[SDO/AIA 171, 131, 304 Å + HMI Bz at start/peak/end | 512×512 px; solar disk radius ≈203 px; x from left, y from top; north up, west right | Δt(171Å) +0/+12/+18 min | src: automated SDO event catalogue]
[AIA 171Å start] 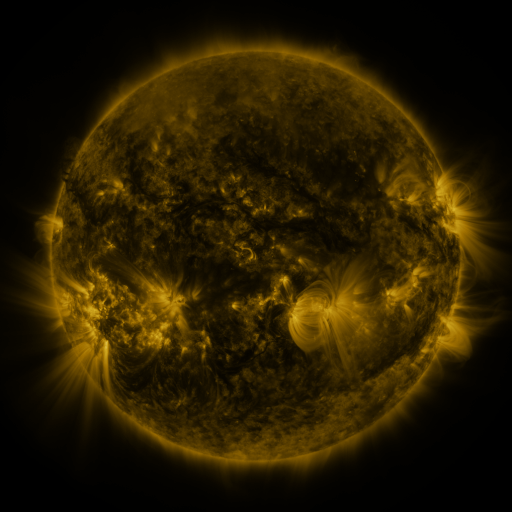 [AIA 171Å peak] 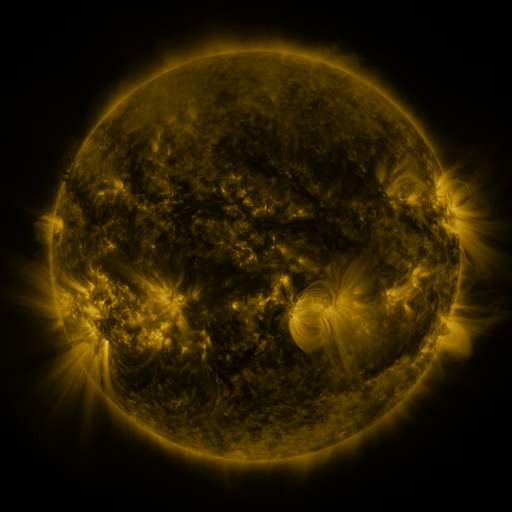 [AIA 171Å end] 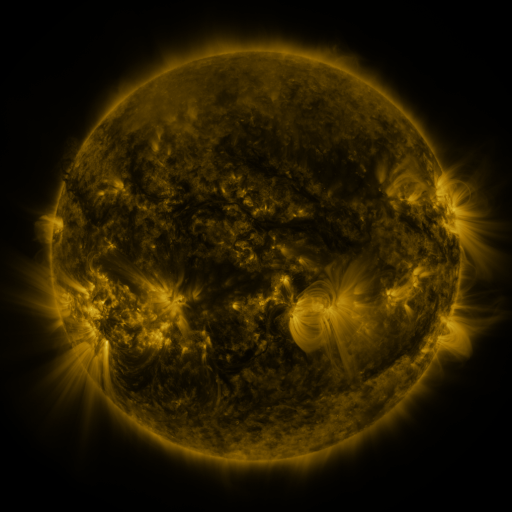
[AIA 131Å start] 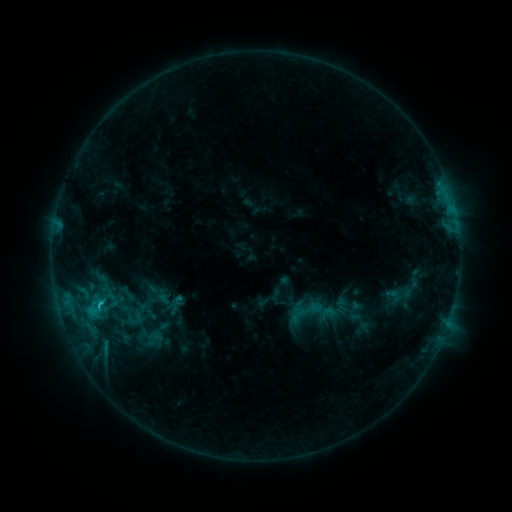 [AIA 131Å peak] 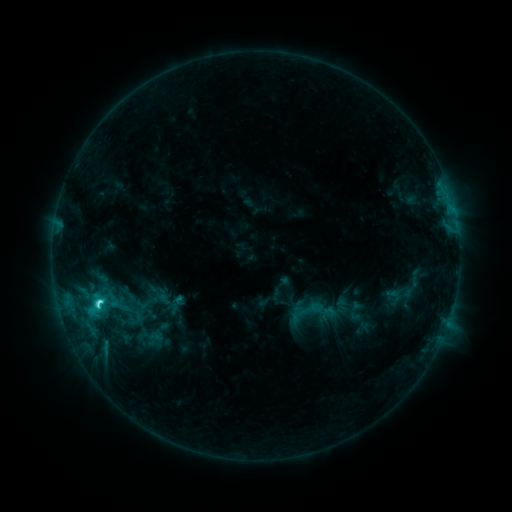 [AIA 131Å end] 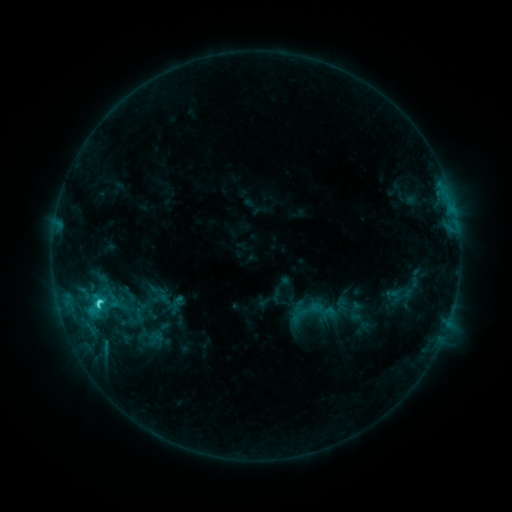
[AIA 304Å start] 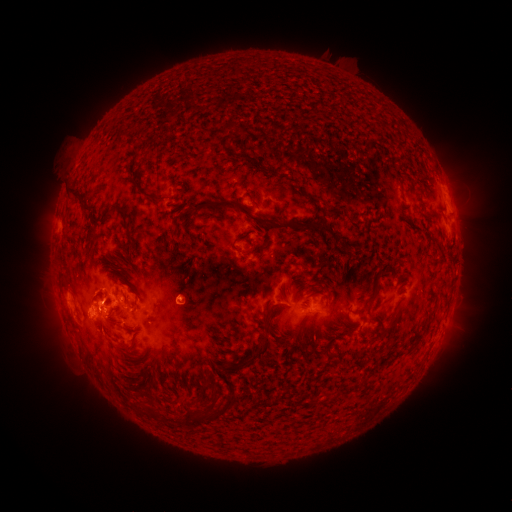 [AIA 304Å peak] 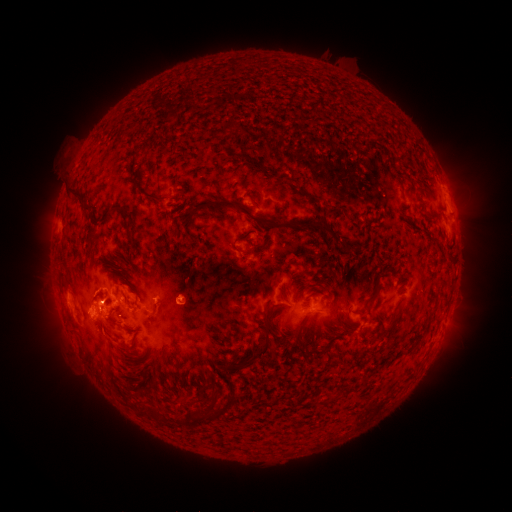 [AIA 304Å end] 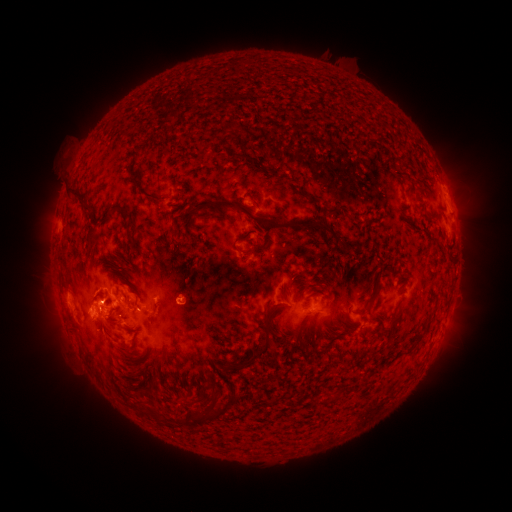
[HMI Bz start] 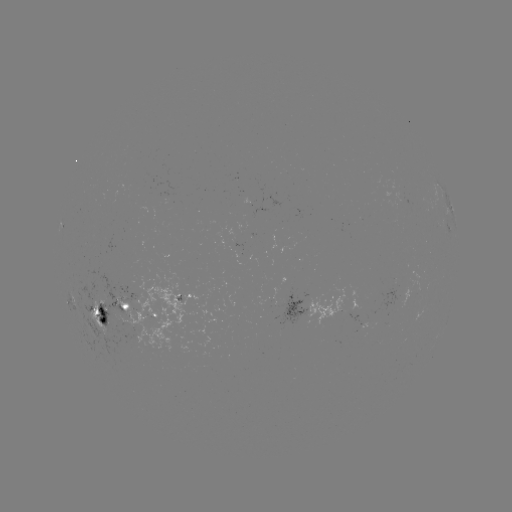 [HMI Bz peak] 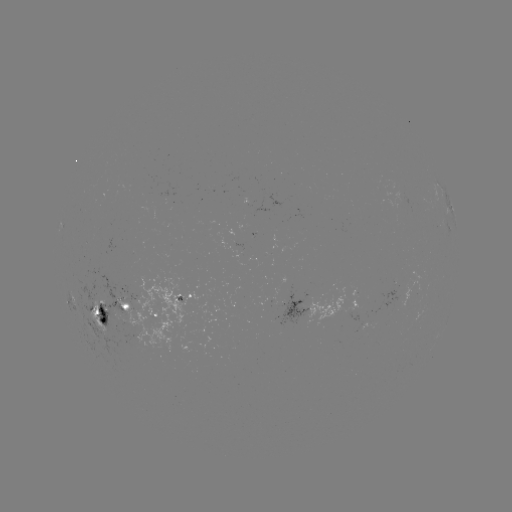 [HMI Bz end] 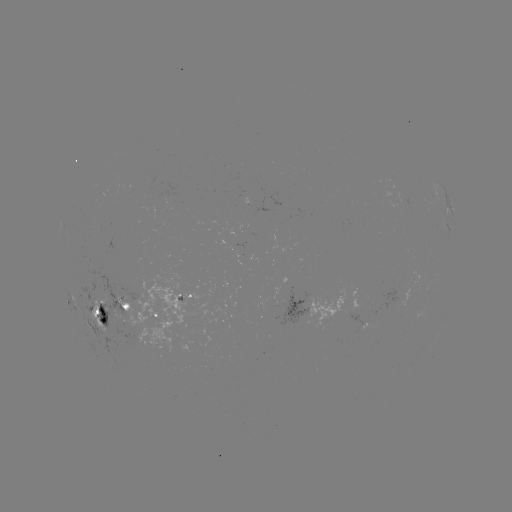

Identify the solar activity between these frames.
C3.9 flare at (100, 300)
